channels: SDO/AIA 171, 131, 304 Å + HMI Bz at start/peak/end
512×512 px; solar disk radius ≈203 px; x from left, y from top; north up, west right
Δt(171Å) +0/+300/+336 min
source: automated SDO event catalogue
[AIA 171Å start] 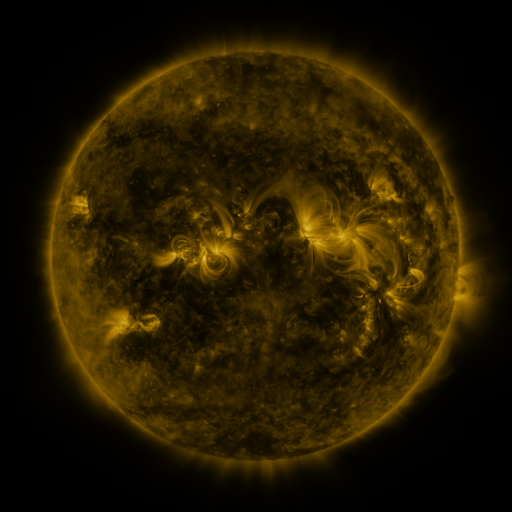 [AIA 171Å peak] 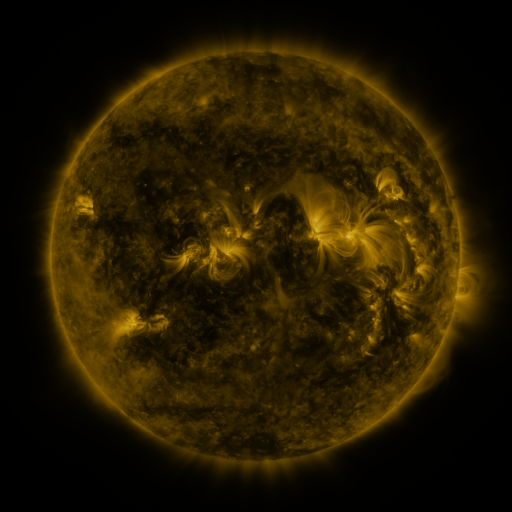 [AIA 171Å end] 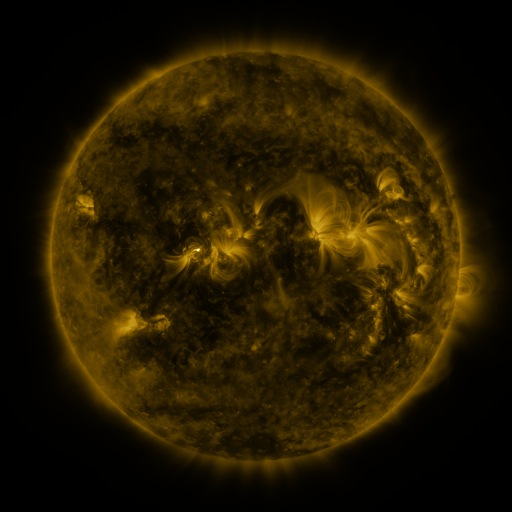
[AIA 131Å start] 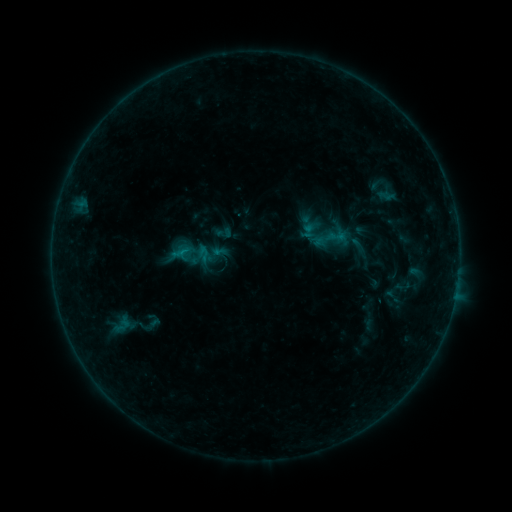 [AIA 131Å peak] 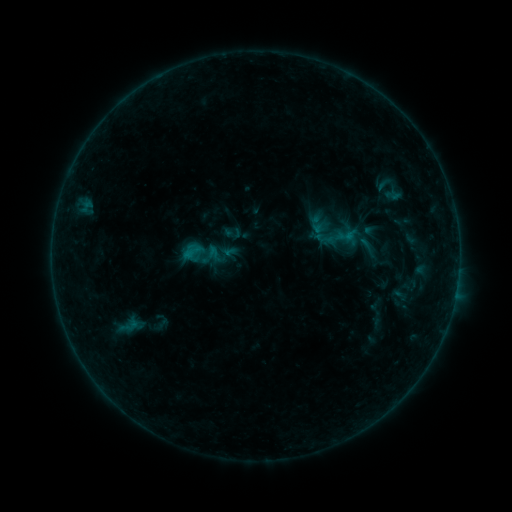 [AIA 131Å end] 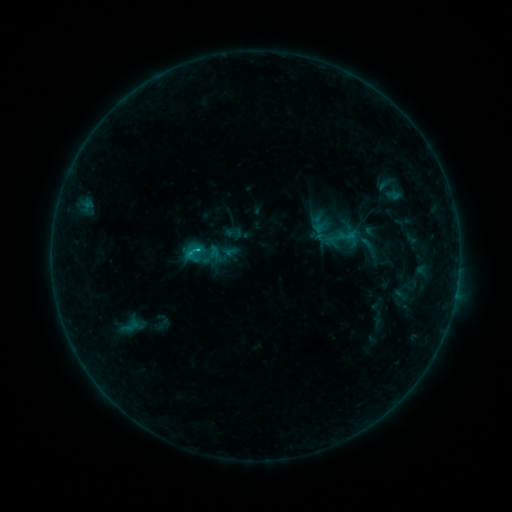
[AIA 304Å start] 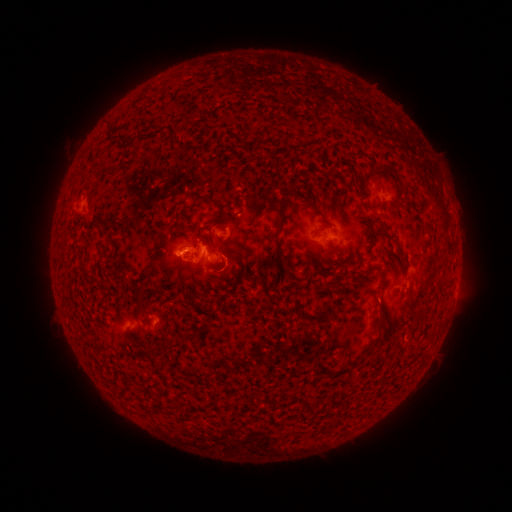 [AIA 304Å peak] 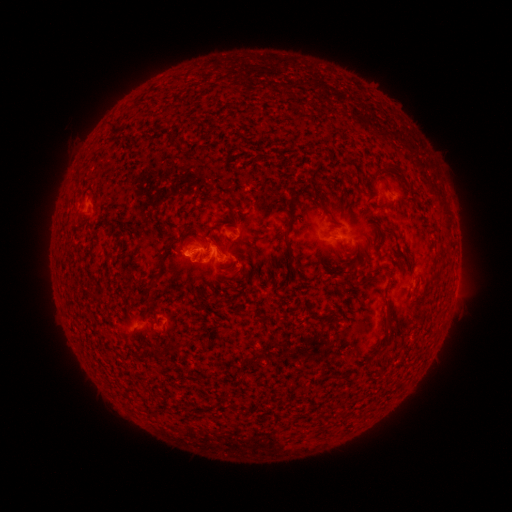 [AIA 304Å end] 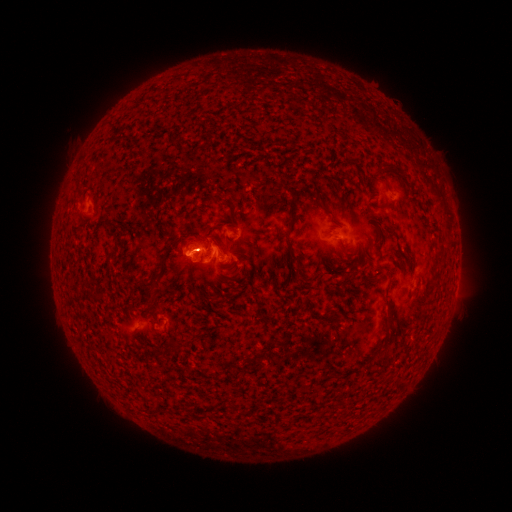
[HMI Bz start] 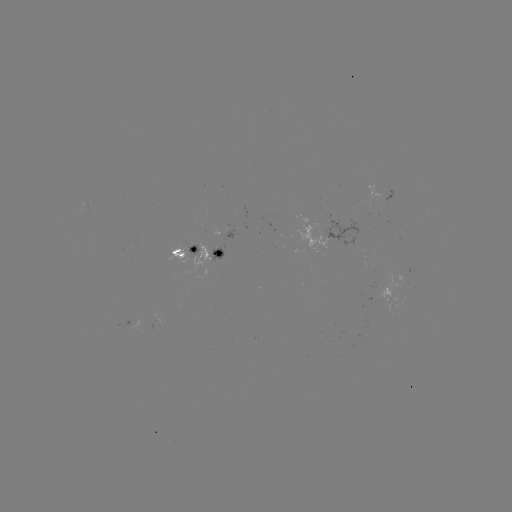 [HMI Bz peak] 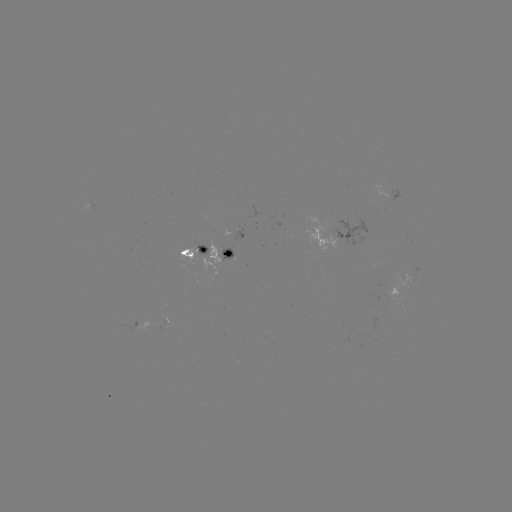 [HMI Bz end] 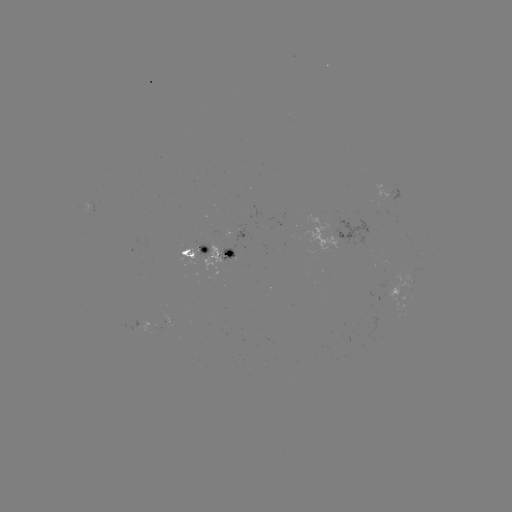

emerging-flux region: [219, 244, 235, 260]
